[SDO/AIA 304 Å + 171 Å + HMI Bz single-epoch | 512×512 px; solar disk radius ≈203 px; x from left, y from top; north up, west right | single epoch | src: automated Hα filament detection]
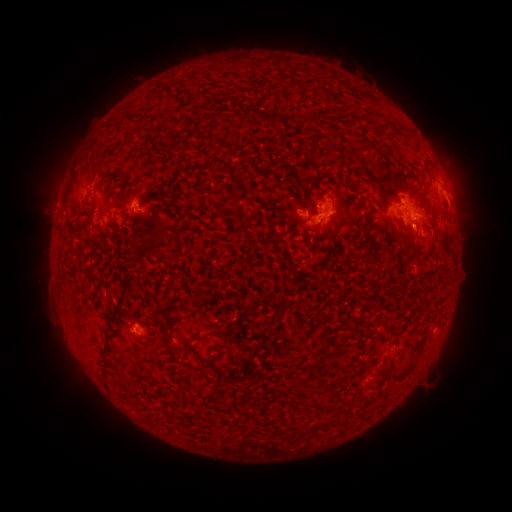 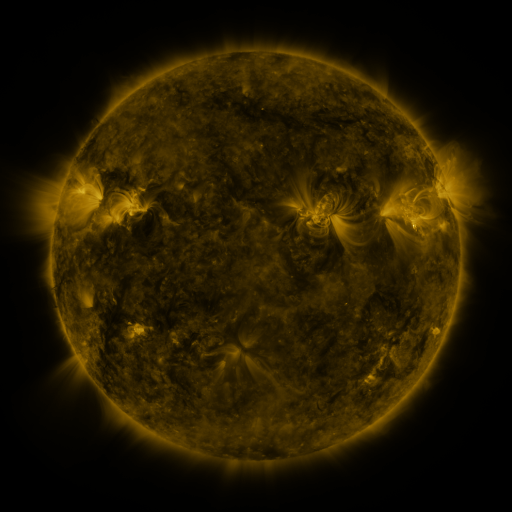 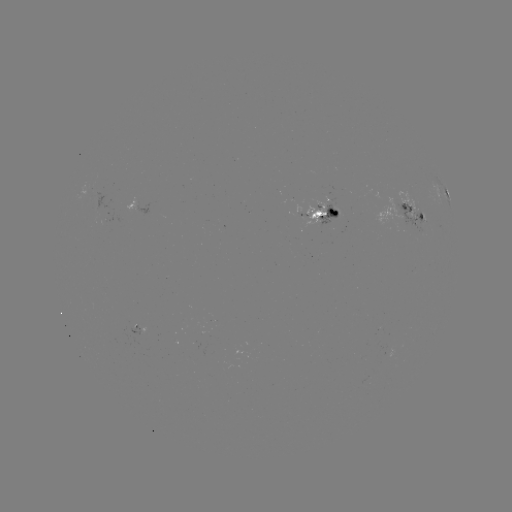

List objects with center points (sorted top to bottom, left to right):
filament: (330, 115, 345, 122)
filament: (118, 169, 130, 179)
filament: (319, 190, 333, 200)
filament: (157, 201, 164, 212)
filament: (145, 227, 161, 253)
filament: (141, 329, 152, 340)
filament: (207, 331, 223, 339)
filament: (391, 331, 403, 341)
filament: (161, 333, 173, 353)
filament: (176, 339, 190, 352)
filament: (307, 360, 319, 370)
filament: (389, 364, 415, 382)
filament: (374, 365, 387, 378)
filament: (312, 397, 323, 413)
